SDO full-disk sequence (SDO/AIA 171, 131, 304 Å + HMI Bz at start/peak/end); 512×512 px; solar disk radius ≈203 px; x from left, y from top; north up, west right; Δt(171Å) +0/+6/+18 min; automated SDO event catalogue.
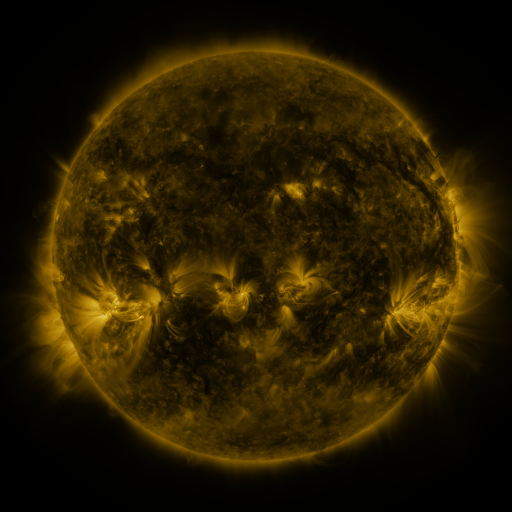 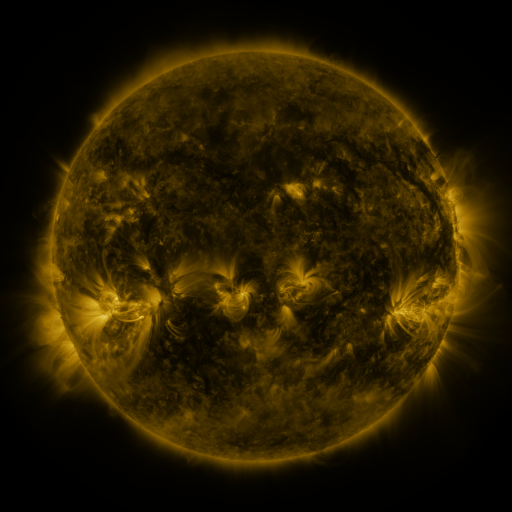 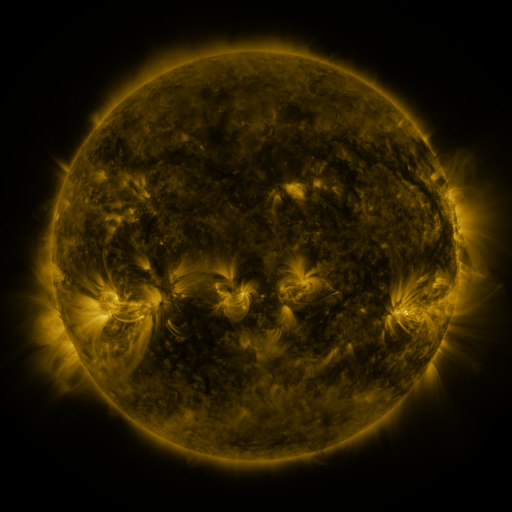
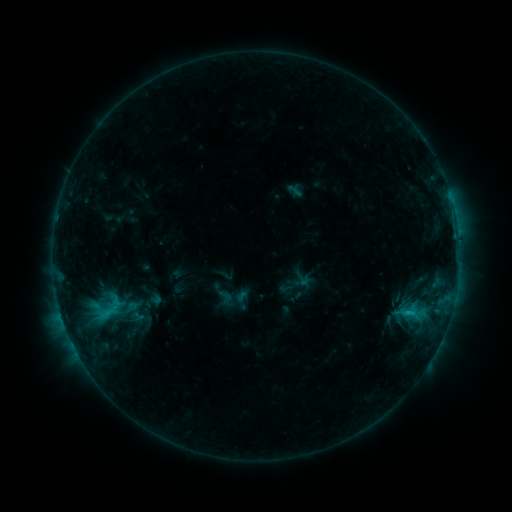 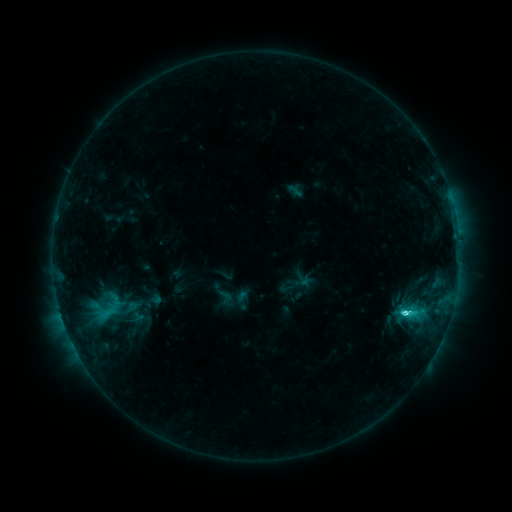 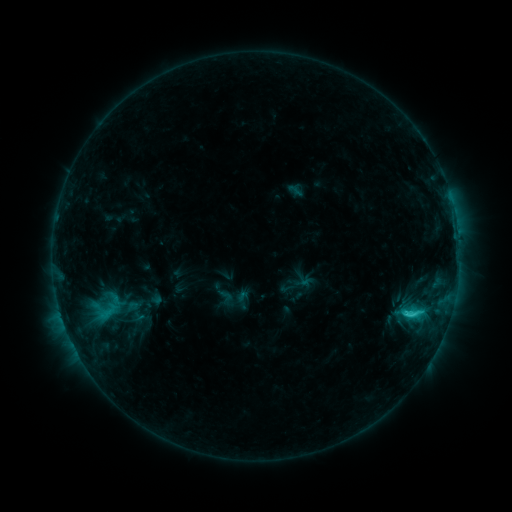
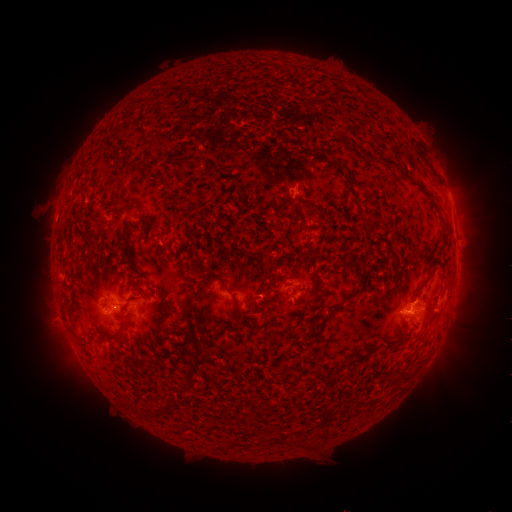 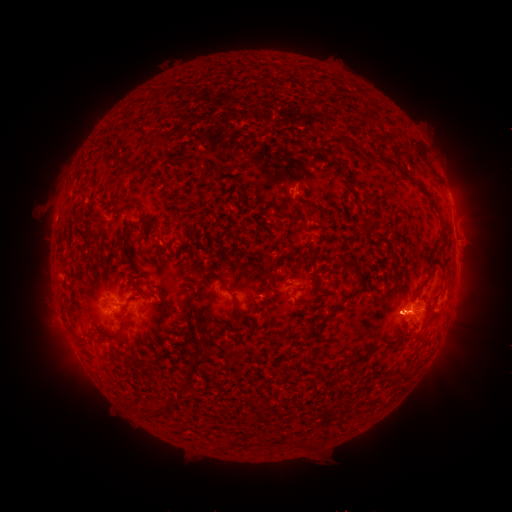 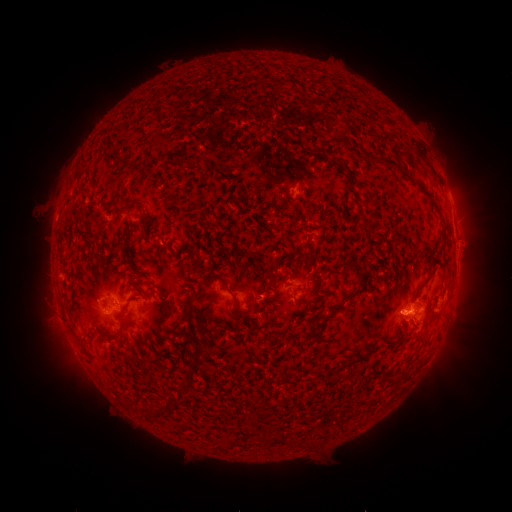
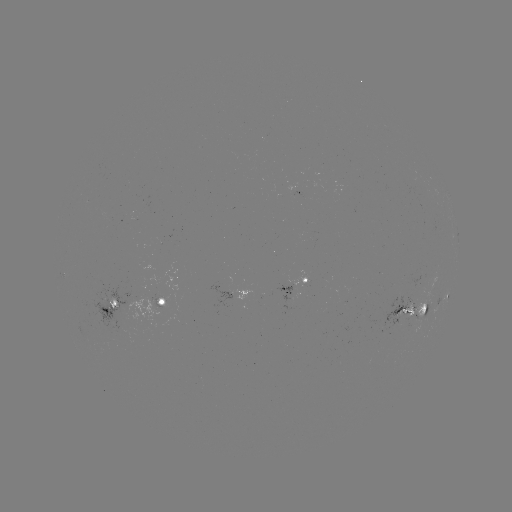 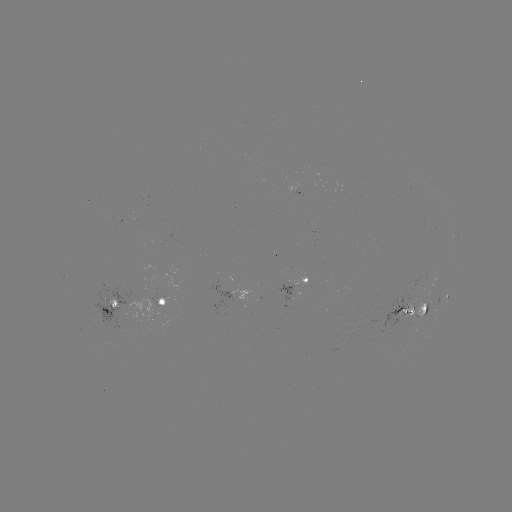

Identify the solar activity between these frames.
C3.7 flare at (224, 339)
